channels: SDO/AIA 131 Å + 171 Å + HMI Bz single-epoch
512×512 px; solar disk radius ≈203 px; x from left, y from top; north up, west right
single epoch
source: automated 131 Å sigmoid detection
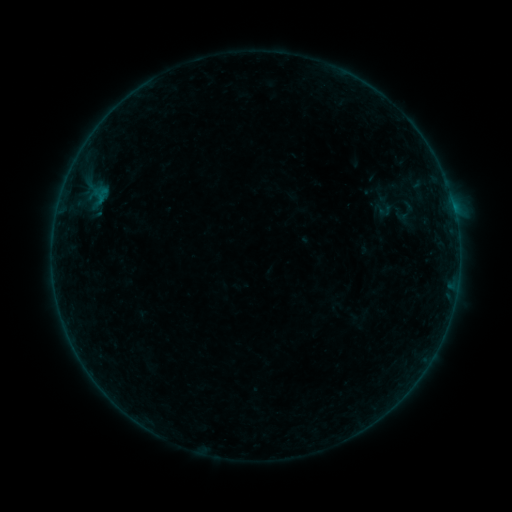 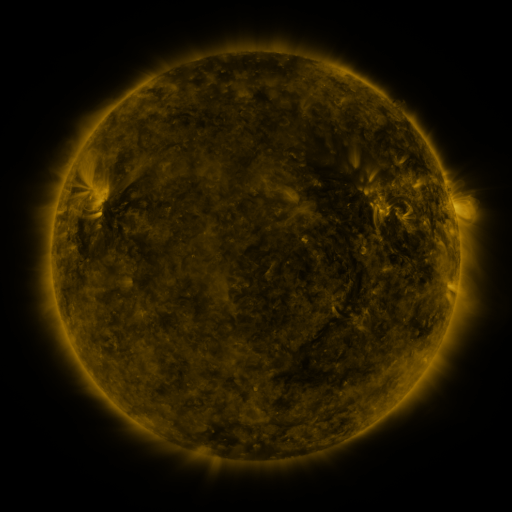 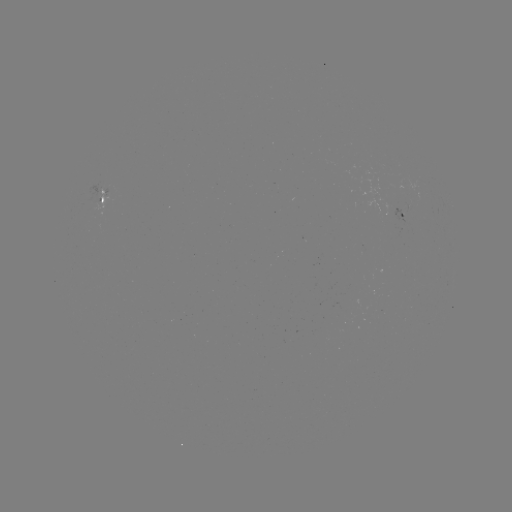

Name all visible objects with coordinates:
sigmoid: [369, 199, 396, 219]
